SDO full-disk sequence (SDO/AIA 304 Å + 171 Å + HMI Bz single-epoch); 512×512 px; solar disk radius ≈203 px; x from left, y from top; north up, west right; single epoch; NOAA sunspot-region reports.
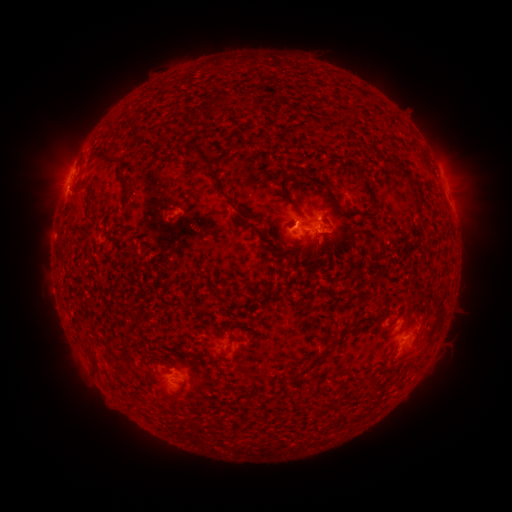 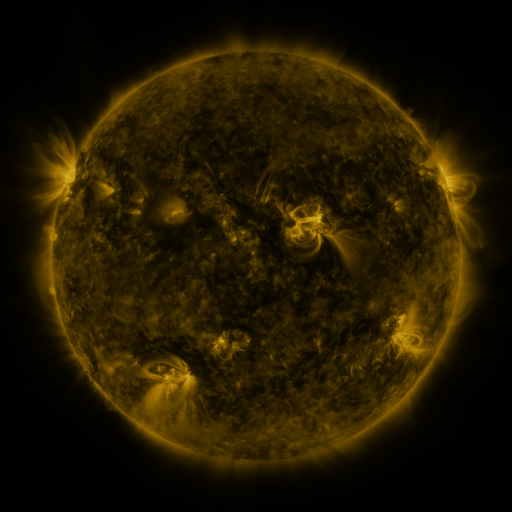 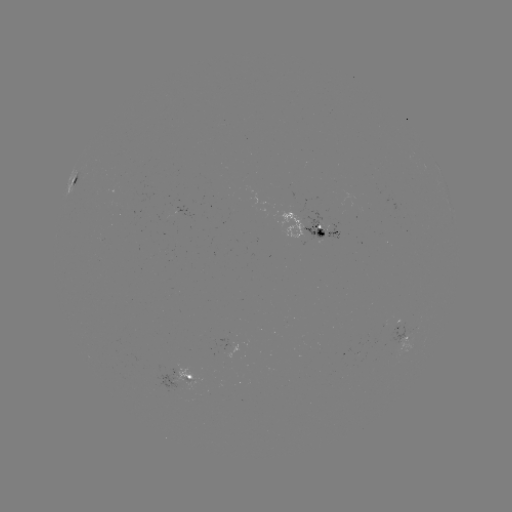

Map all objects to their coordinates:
spotted active region: (74, 178)
spotted active region: (449, 192)
spotted active region: (189, 212)
spotted active region: (317, 230)
spotted active region: (406, 333)
spotted active region: (182, 380)
